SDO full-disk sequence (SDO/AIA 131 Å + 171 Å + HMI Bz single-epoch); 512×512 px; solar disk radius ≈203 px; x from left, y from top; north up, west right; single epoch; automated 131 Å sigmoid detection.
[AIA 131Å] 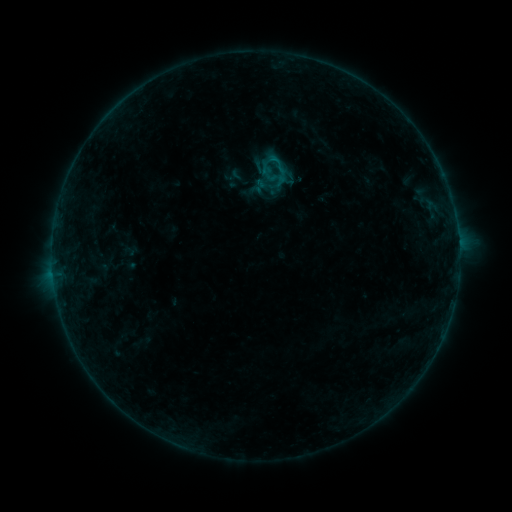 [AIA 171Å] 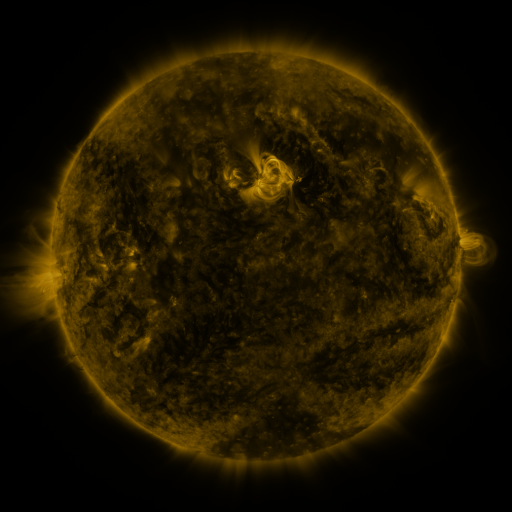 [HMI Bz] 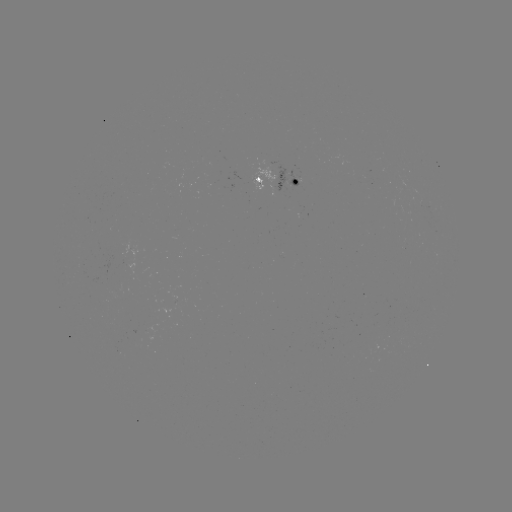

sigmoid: (255, 143, 287, 174)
